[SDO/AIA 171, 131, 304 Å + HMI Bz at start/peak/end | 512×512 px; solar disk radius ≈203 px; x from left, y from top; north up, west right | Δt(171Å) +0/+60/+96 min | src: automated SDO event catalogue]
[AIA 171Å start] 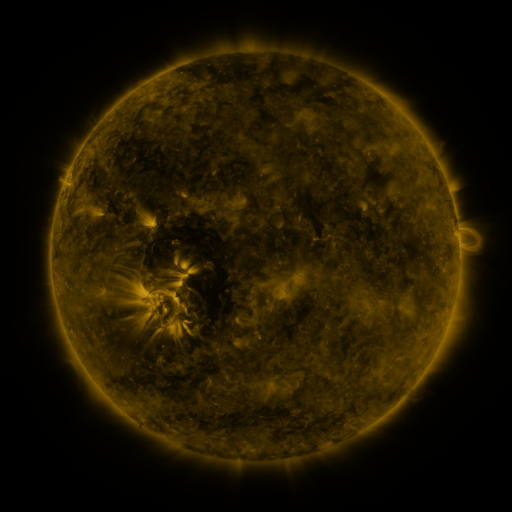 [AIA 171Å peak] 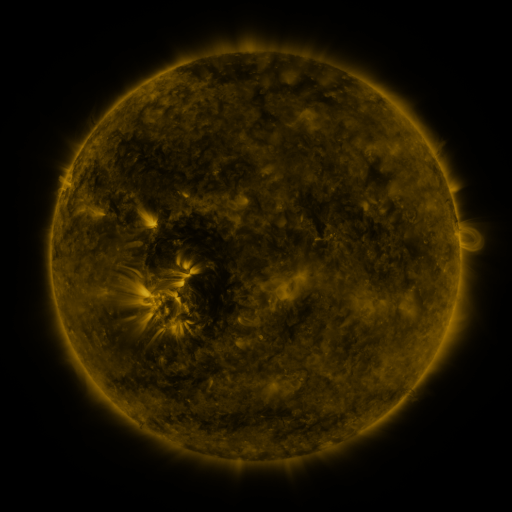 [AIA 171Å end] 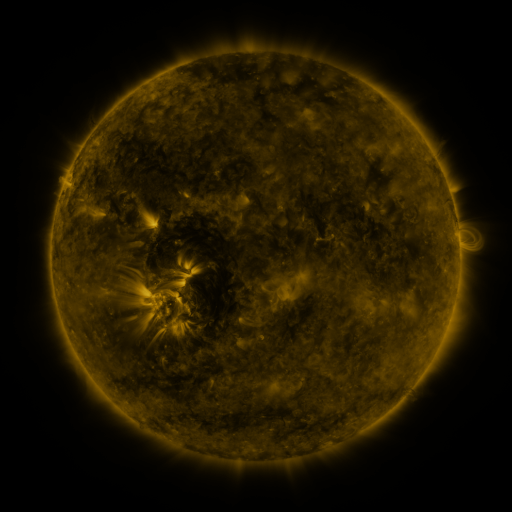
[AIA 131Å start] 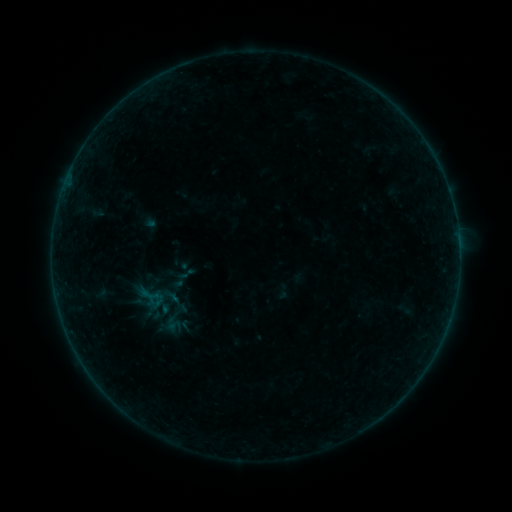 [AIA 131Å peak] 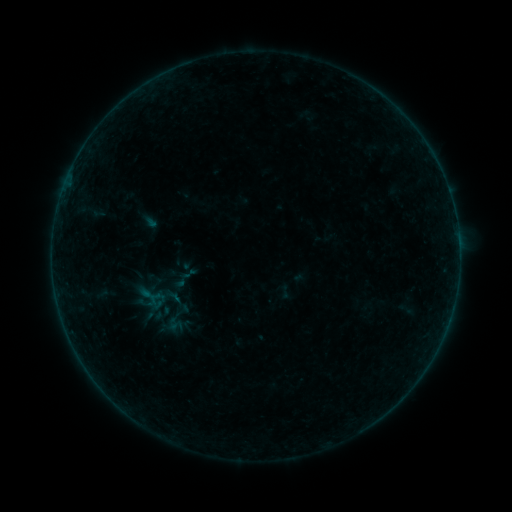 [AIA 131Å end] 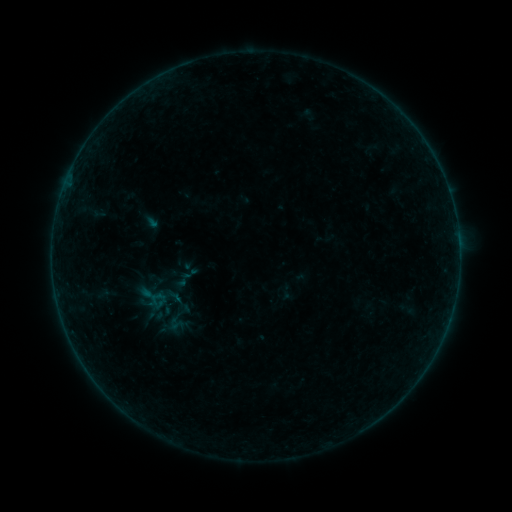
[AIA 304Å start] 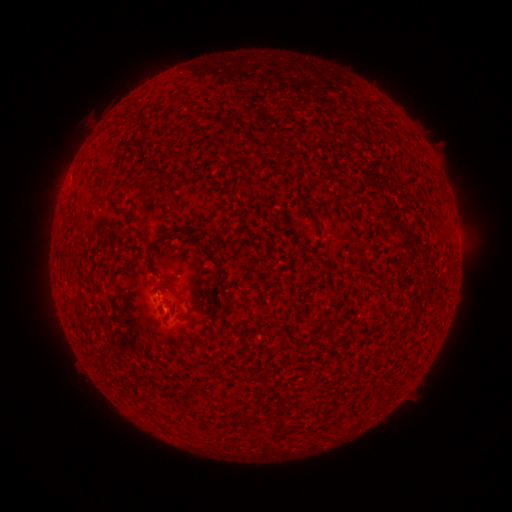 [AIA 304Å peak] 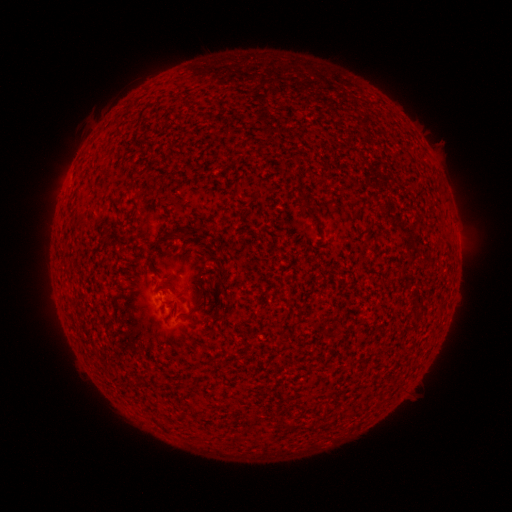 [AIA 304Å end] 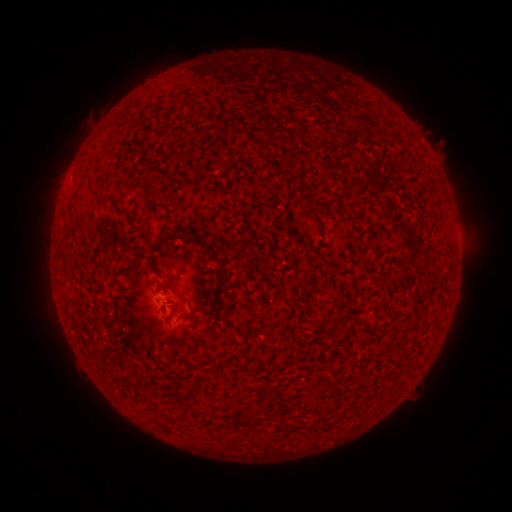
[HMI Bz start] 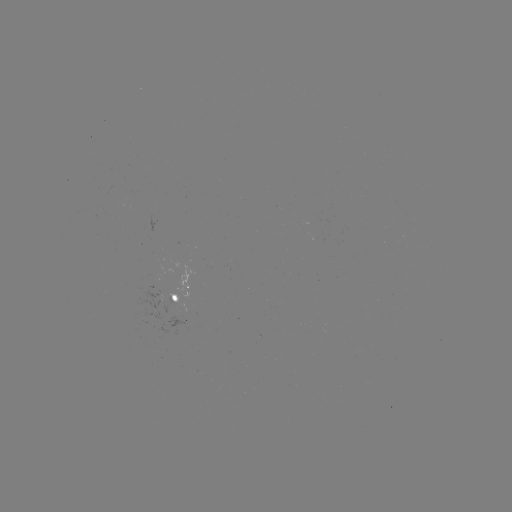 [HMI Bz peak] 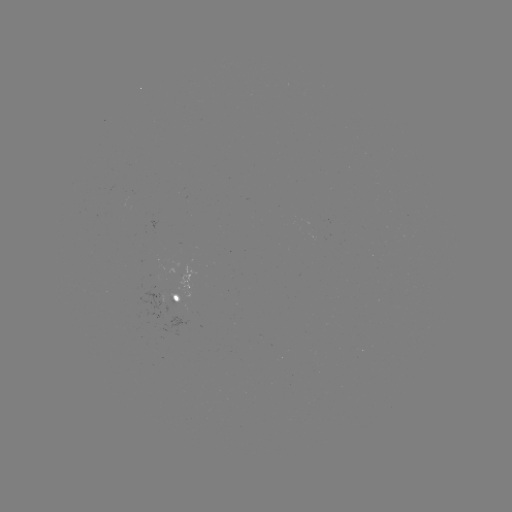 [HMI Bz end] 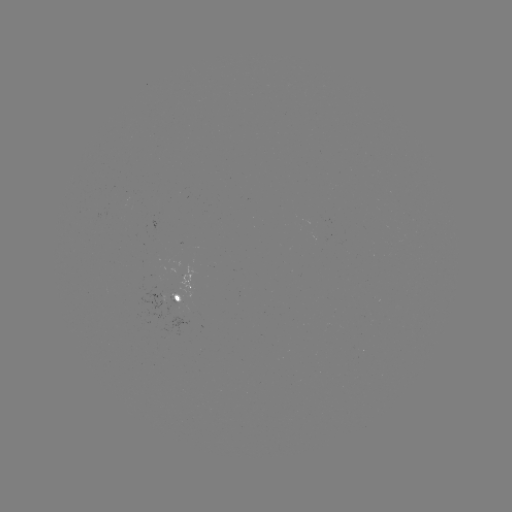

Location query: emerging-flux region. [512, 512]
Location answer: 176,309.